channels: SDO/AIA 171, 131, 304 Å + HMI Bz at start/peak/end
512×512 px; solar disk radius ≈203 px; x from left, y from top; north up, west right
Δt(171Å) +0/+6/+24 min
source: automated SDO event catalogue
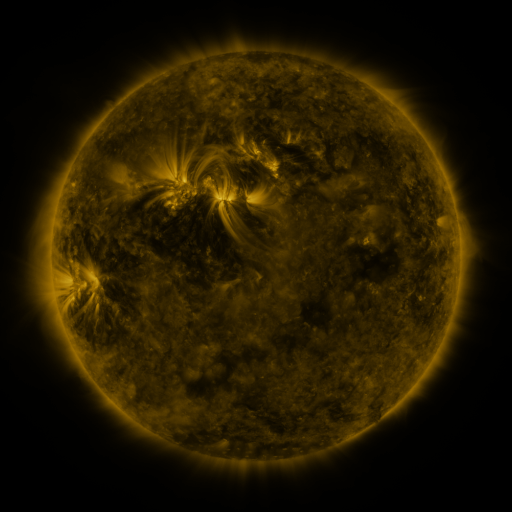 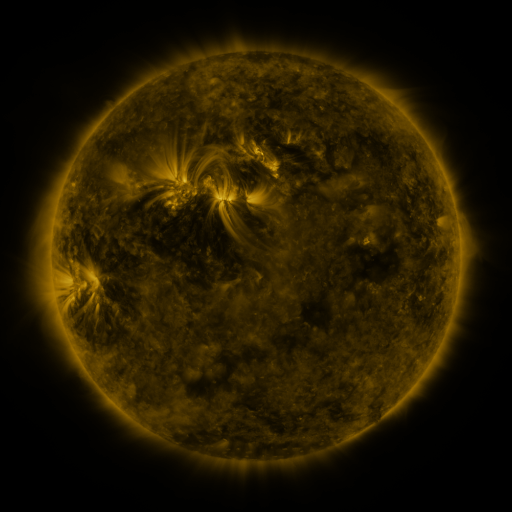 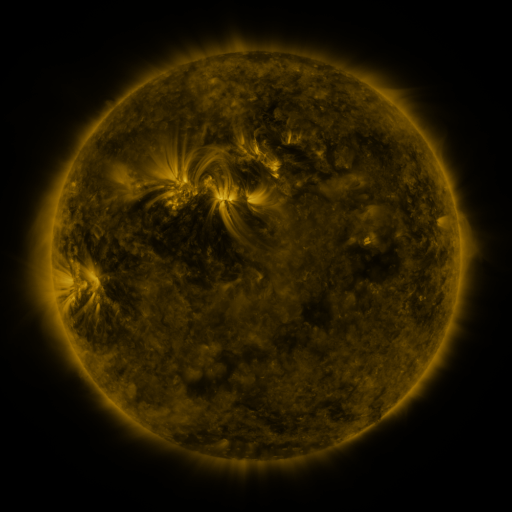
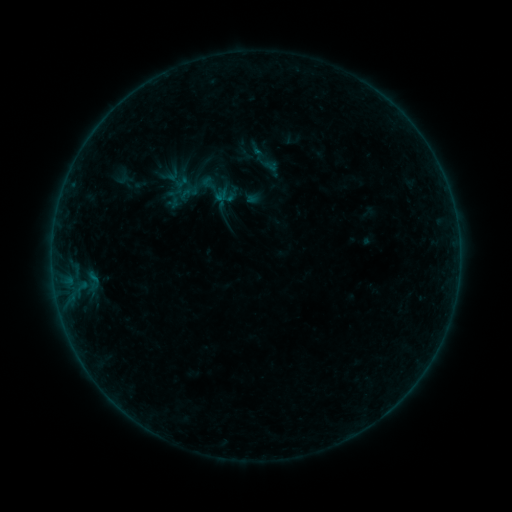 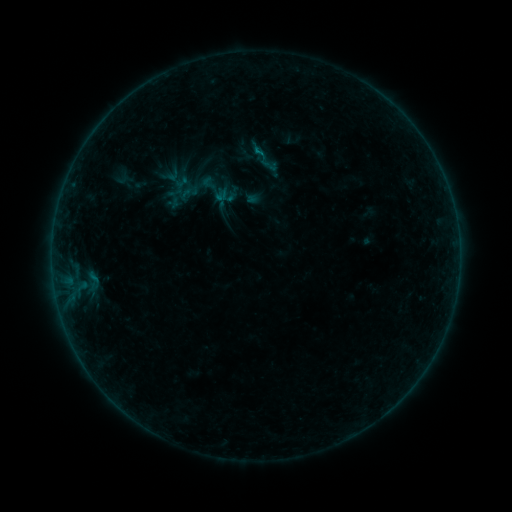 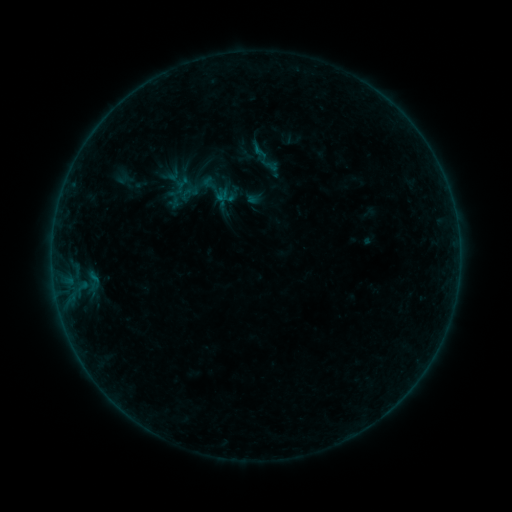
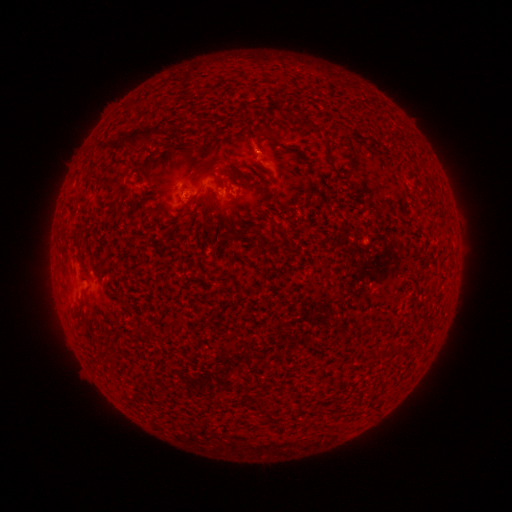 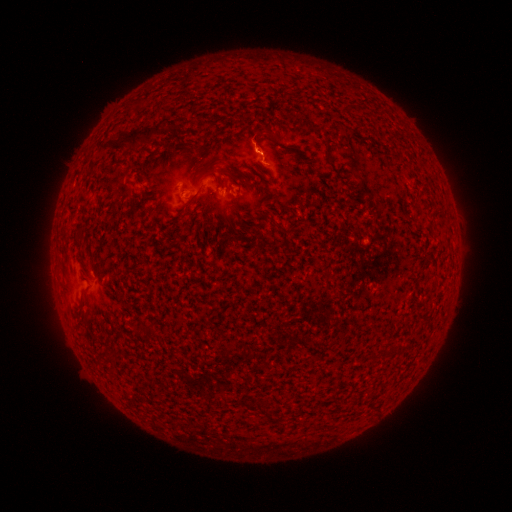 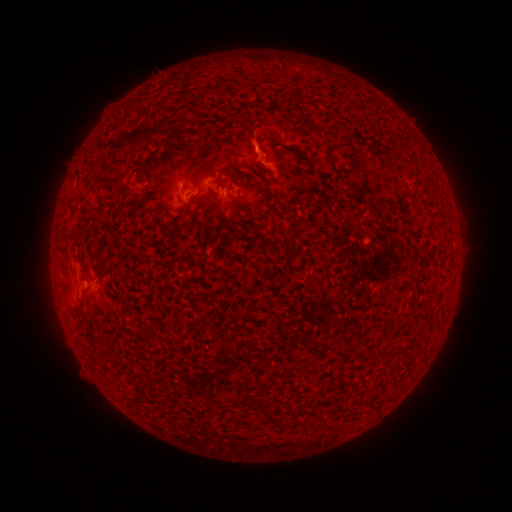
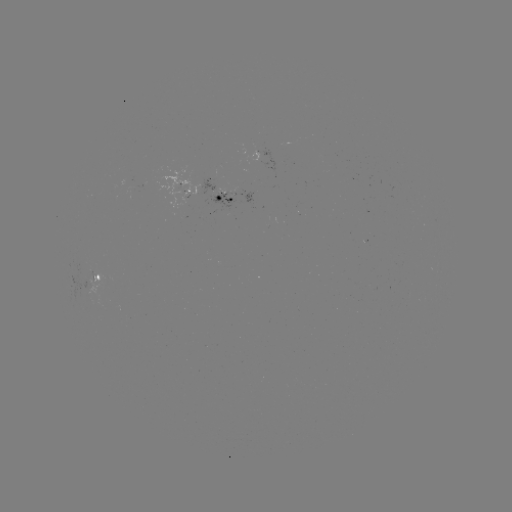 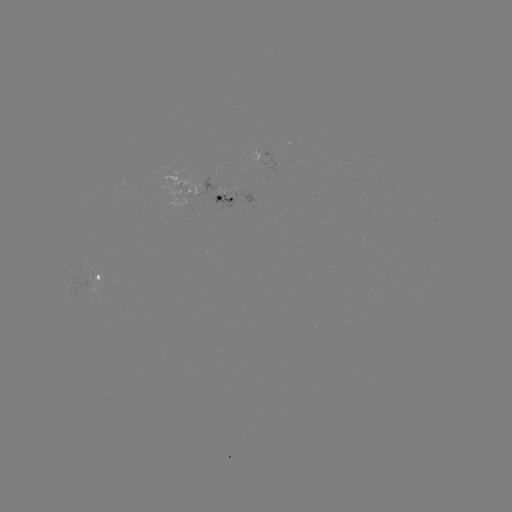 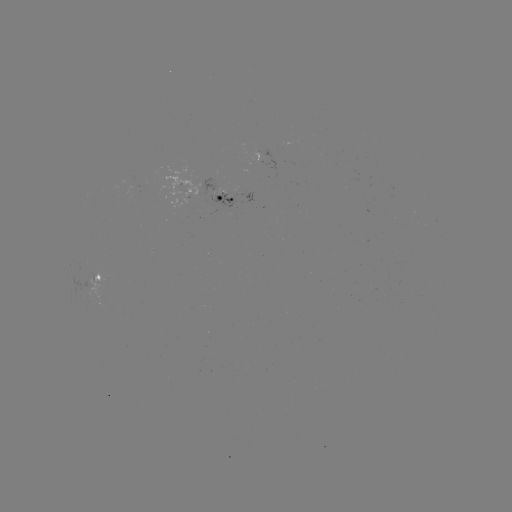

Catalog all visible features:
B1.8 flare: (259, 154)
